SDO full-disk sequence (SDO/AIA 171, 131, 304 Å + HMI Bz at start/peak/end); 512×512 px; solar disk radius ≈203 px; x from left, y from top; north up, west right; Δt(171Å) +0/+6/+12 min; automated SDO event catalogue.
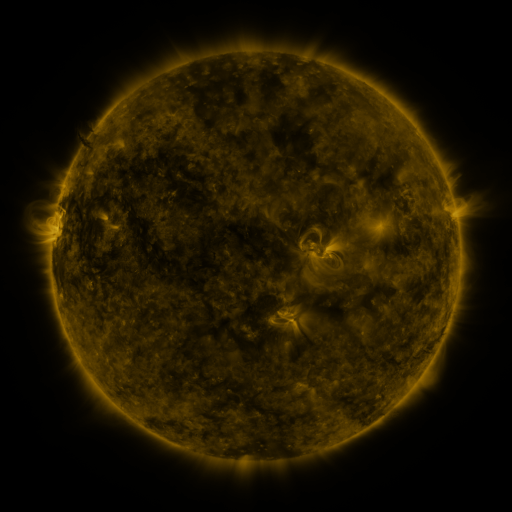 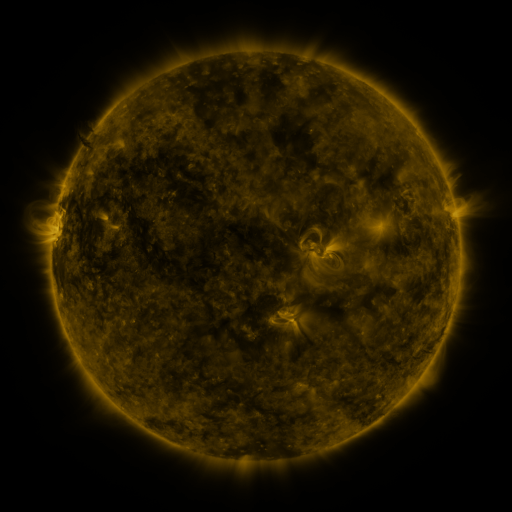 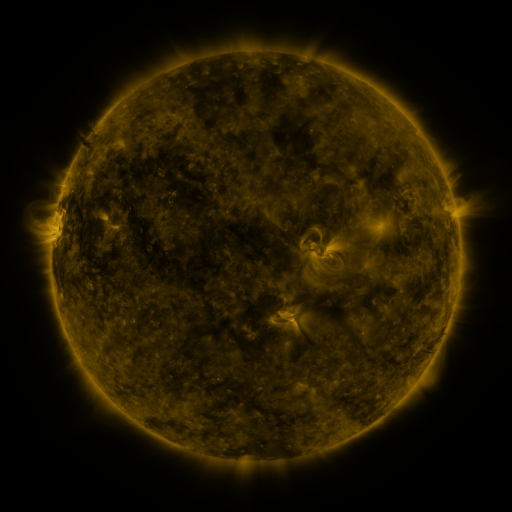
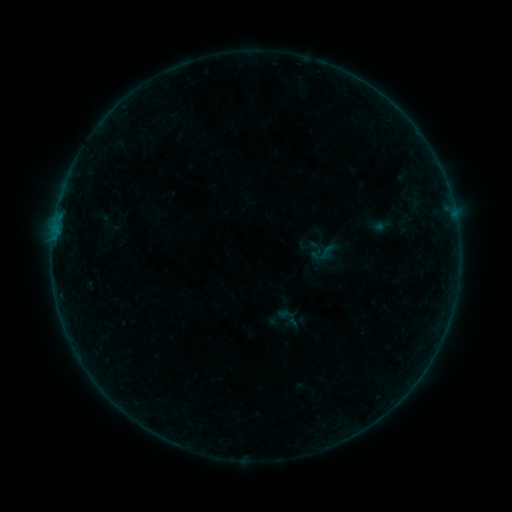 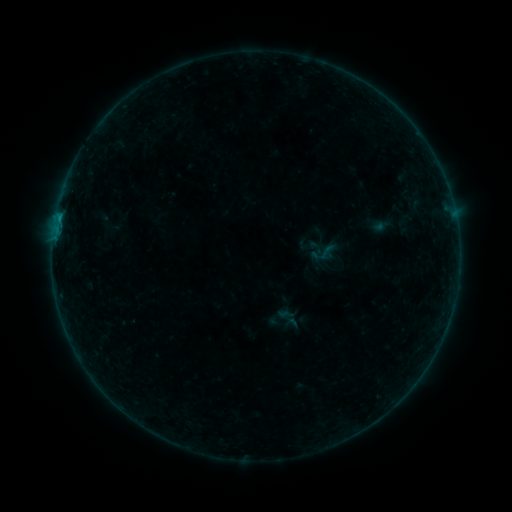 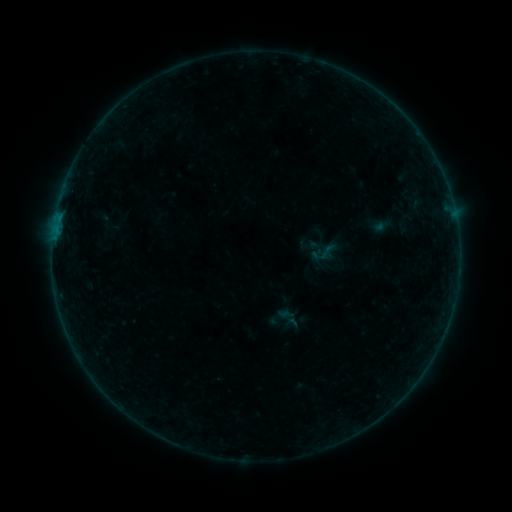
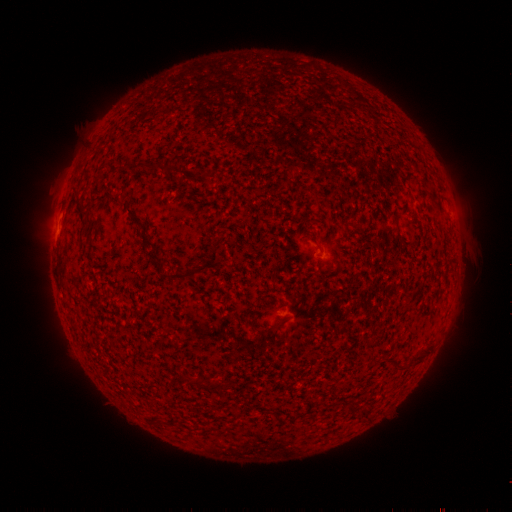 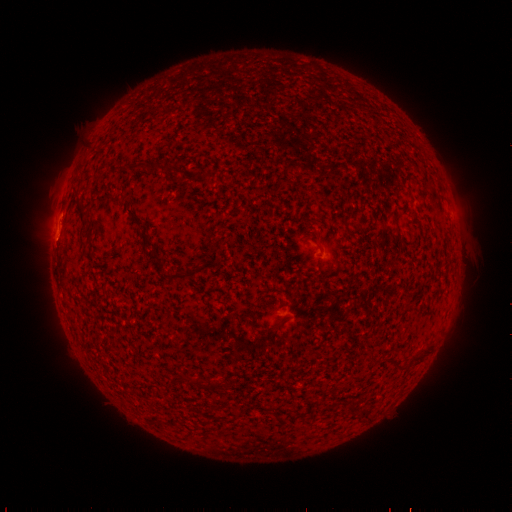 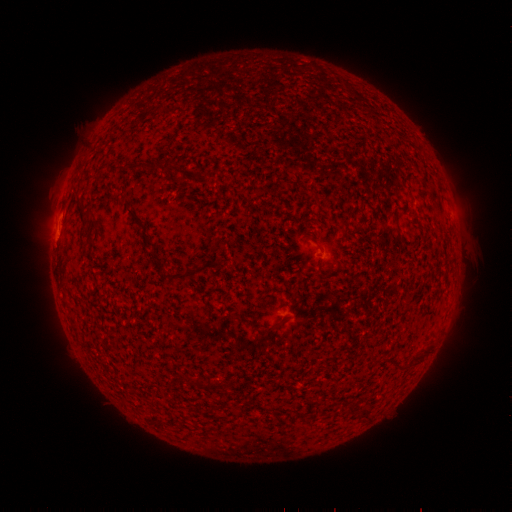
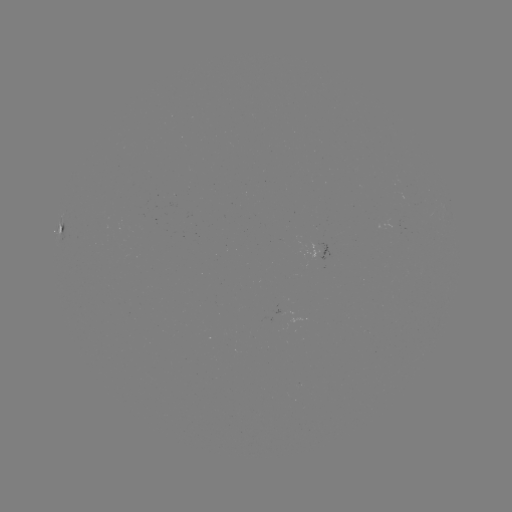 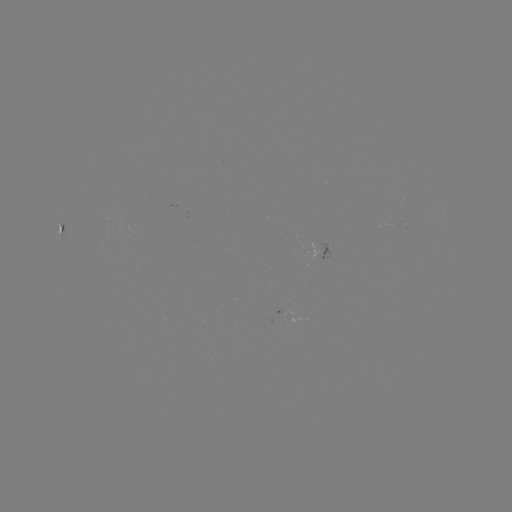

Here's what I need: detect B2.2 flare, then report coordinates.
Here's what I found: B2.2 flare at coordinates [60, 218].